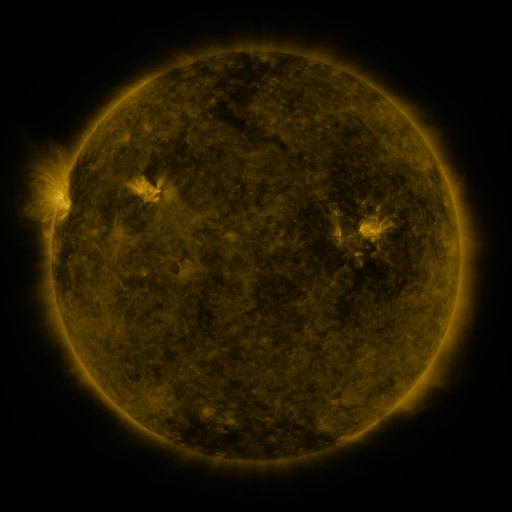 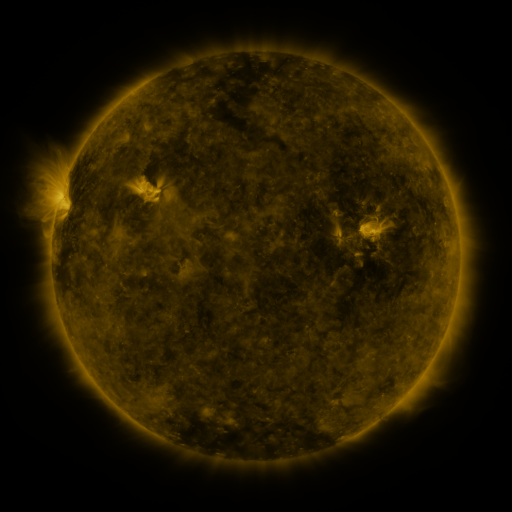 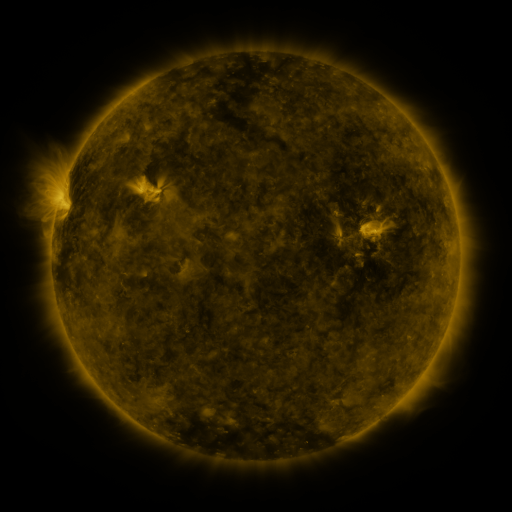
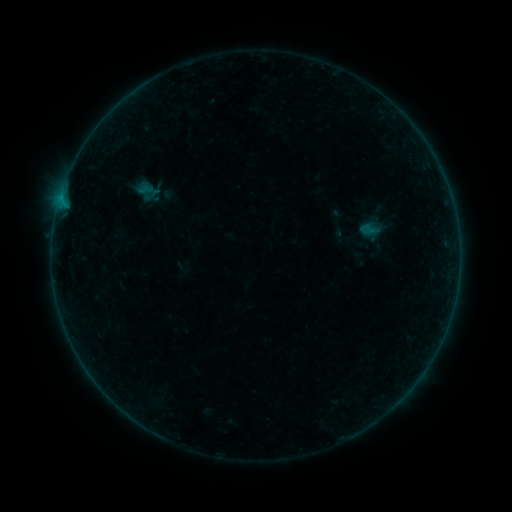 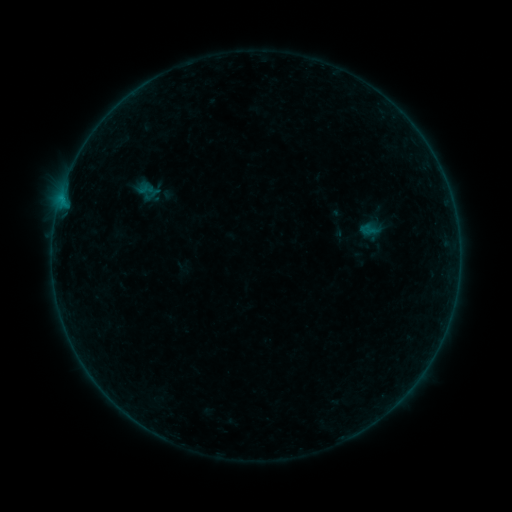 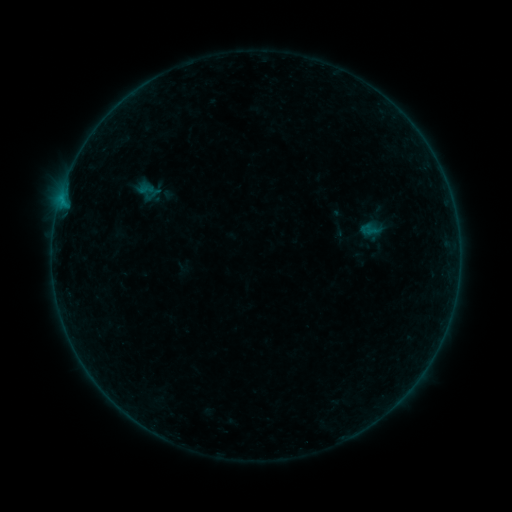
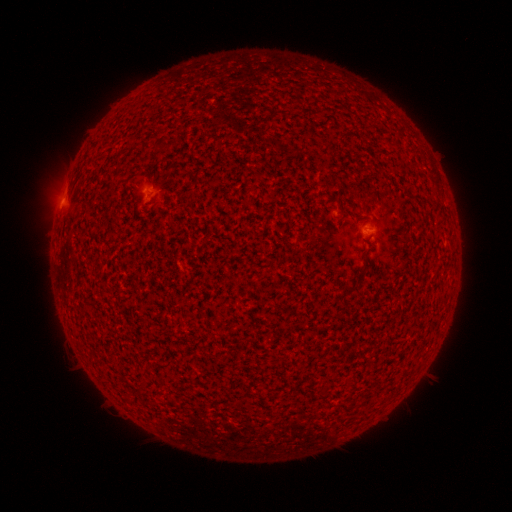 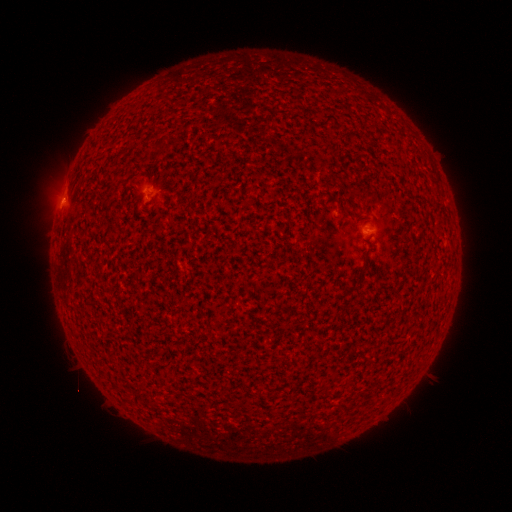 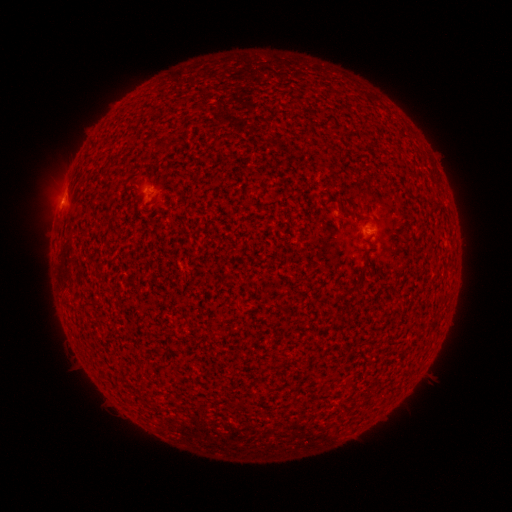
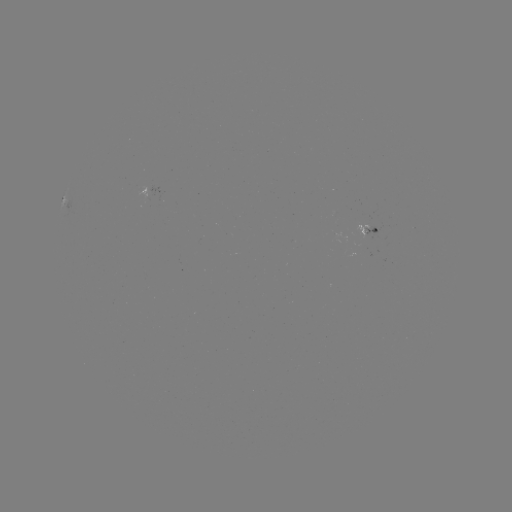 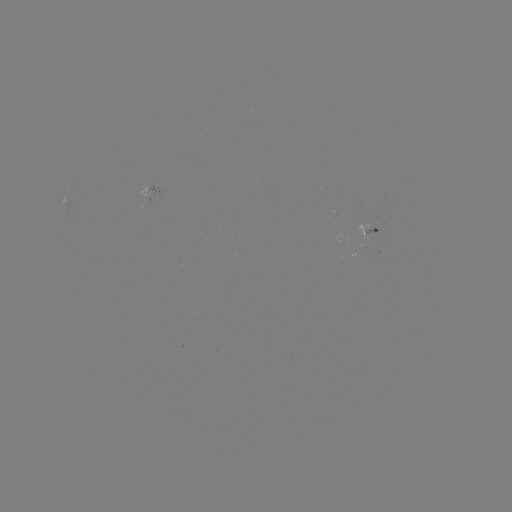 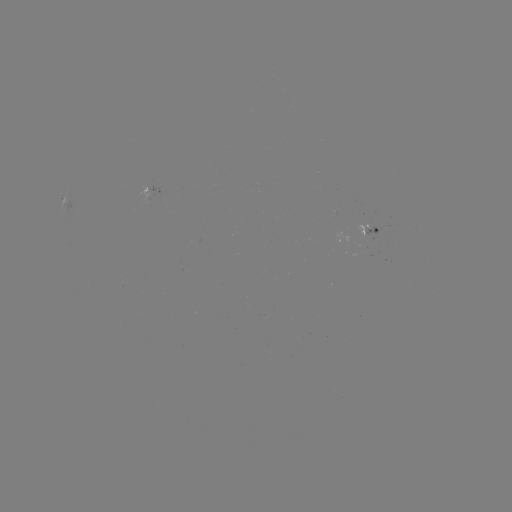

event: flare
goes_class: B1.2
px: (63, 202)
